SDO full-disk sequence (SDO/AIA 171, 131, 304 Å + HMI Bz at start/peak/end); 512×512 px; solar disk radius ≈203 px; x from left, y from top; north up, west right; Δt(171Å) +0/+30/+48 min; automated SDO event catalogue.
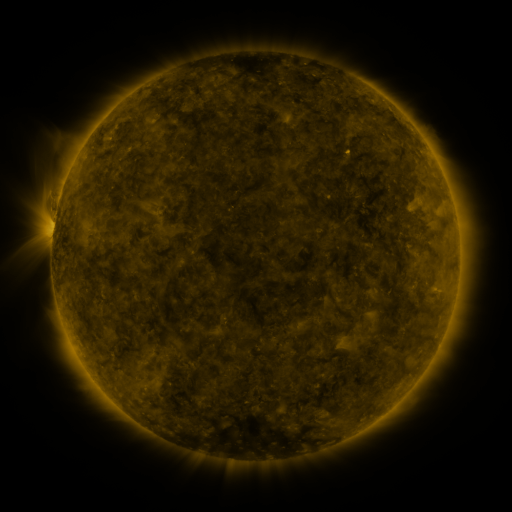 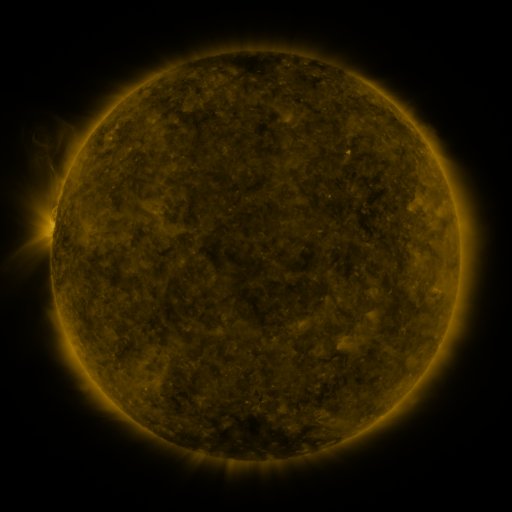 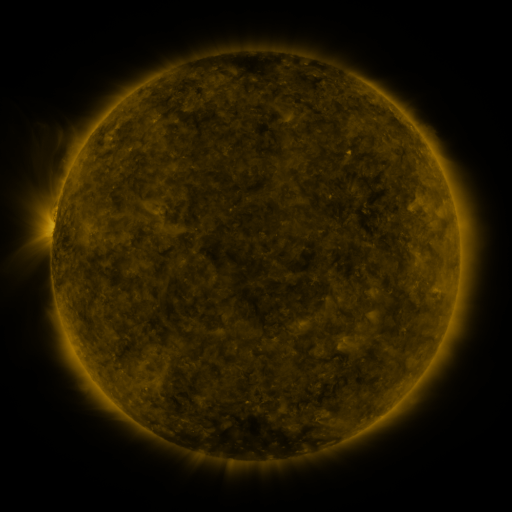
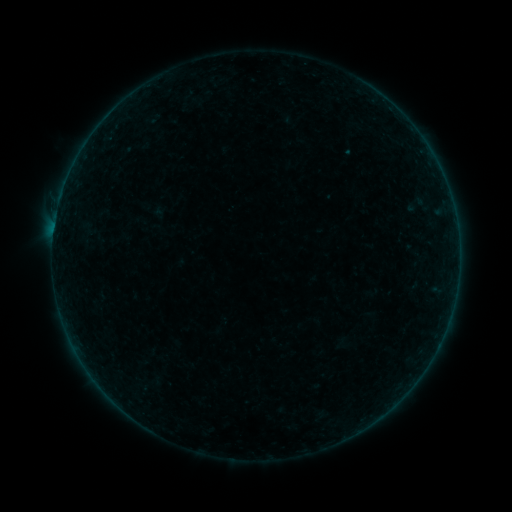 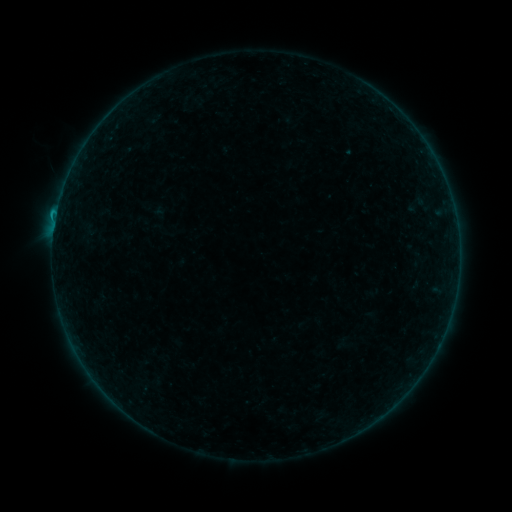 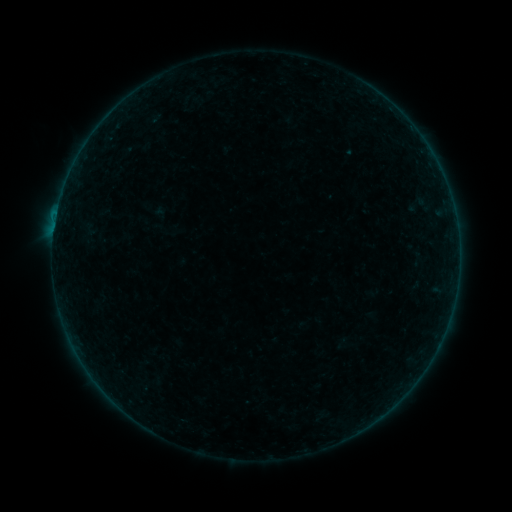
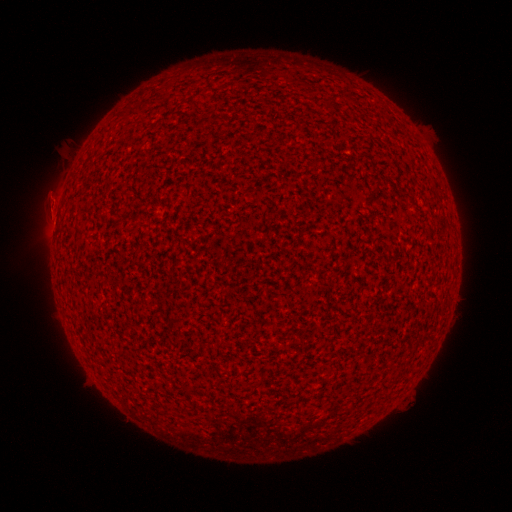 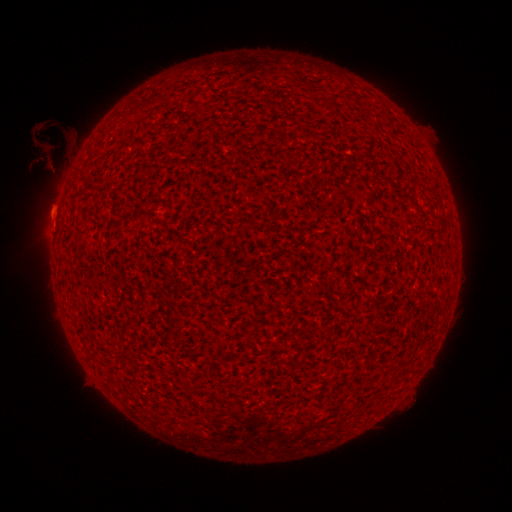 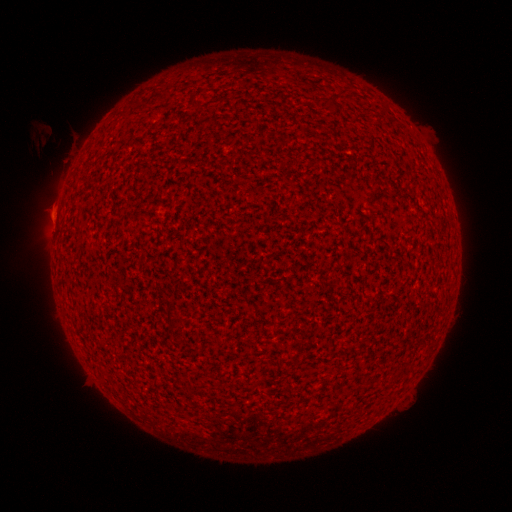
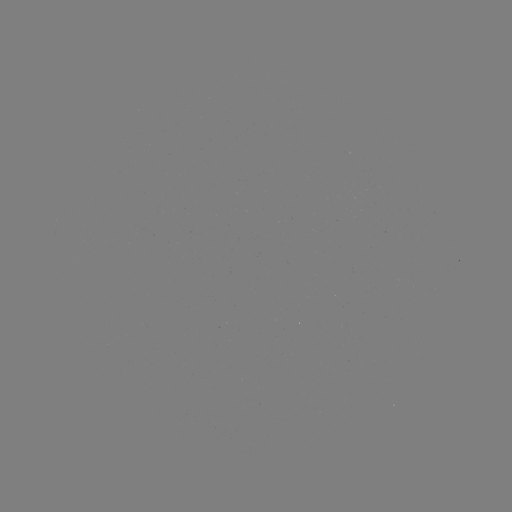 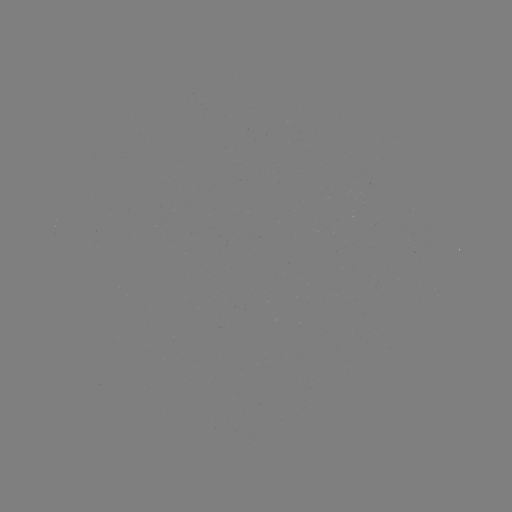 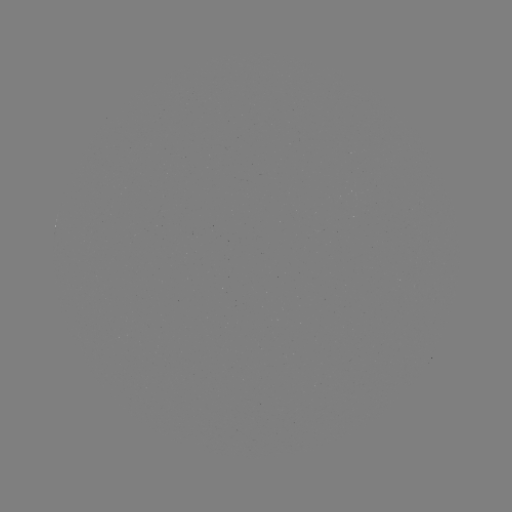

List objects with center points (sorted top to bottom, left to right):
B3.9 flare: (56, 216)
